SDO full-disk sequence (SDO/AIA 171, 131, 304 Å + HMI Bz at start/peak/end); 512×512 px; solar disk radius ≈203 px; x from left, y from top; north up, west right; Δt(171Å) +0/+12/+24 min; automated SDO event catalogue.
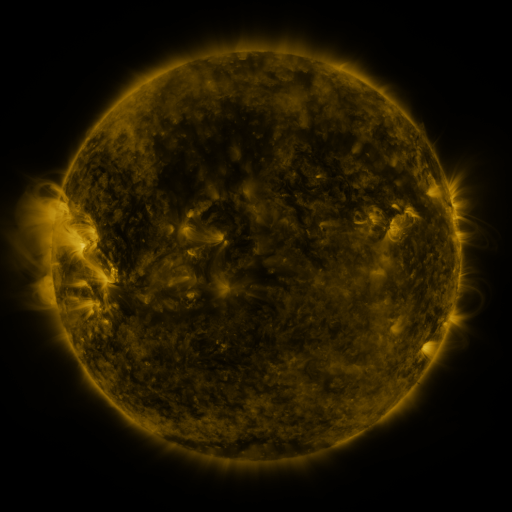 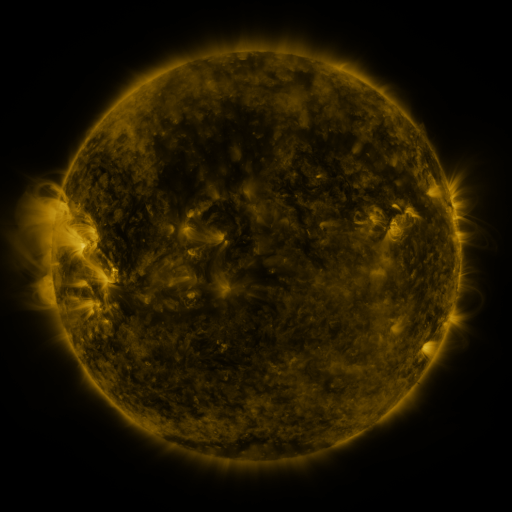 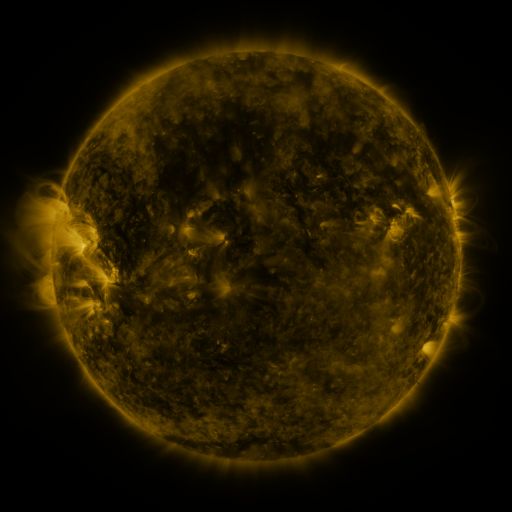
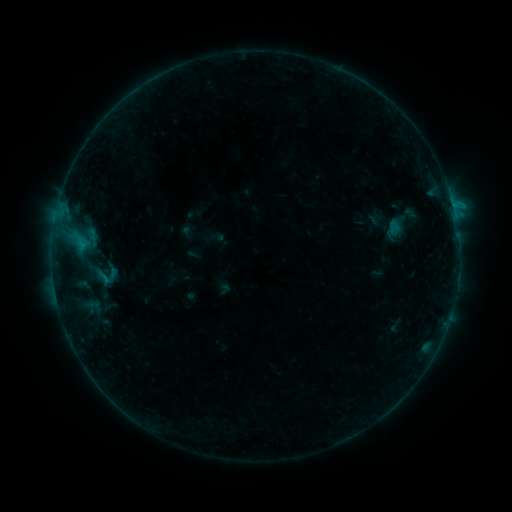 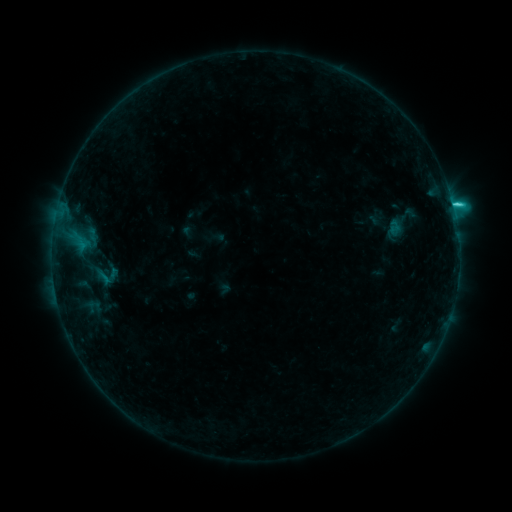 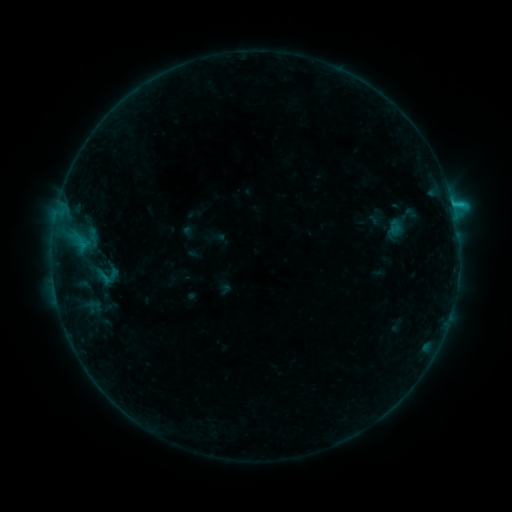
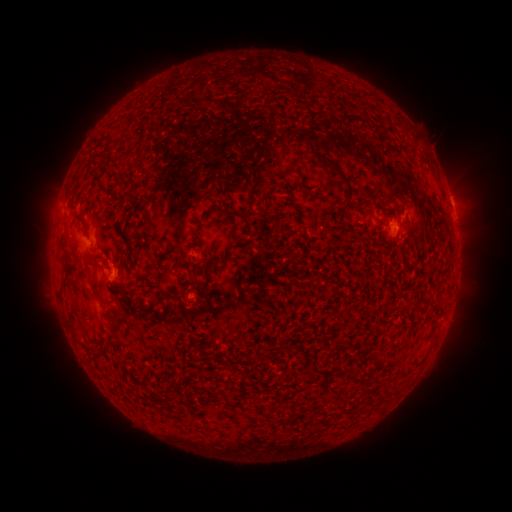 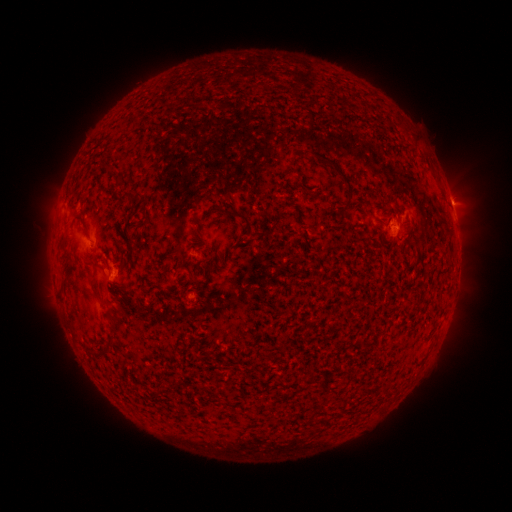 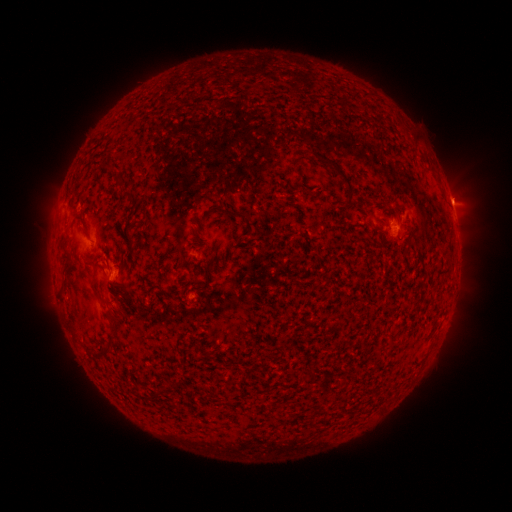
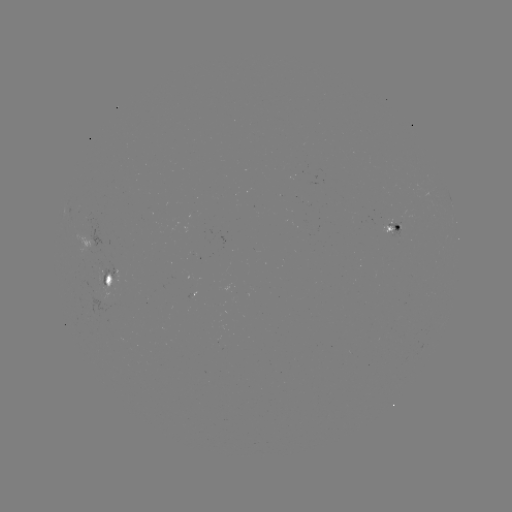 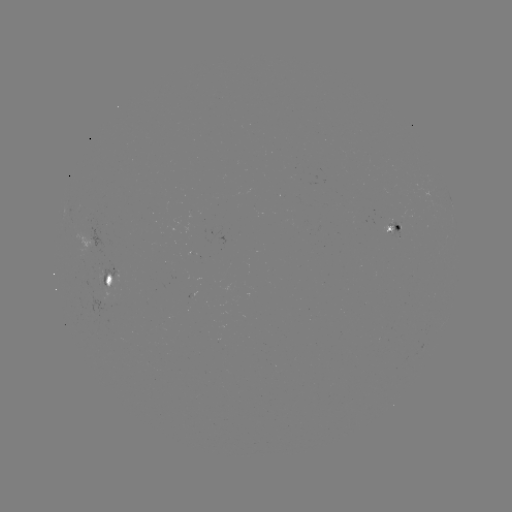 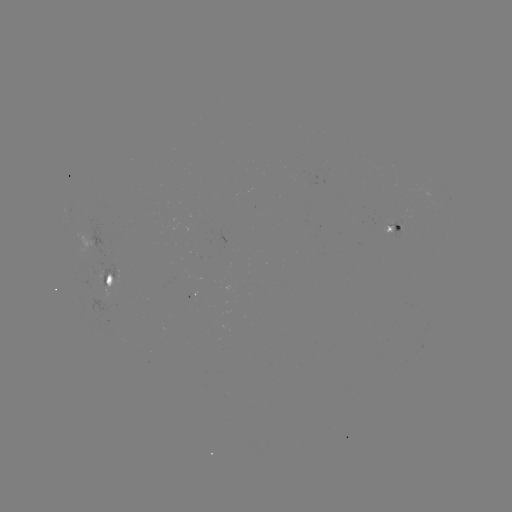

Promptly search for C1.8 flare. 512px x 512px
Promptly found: (453, 206).